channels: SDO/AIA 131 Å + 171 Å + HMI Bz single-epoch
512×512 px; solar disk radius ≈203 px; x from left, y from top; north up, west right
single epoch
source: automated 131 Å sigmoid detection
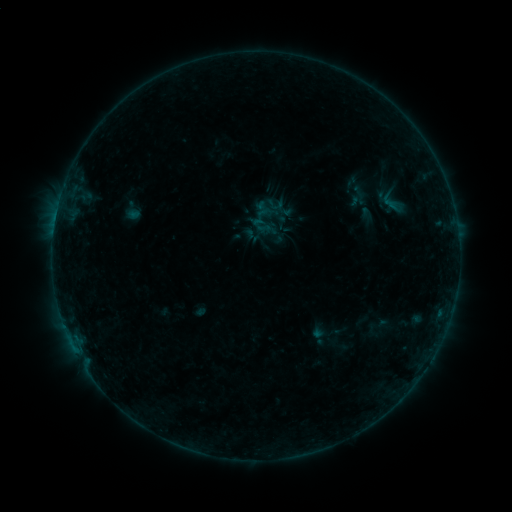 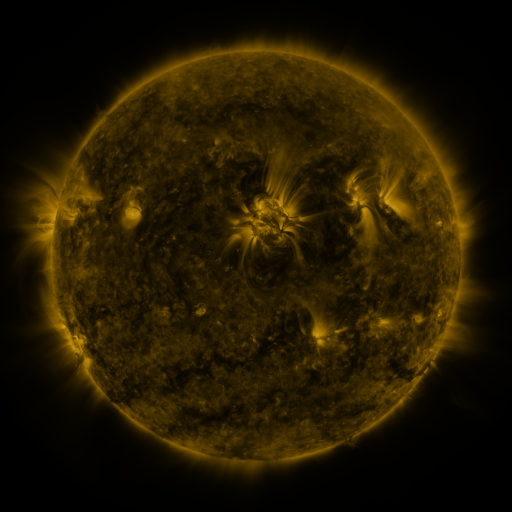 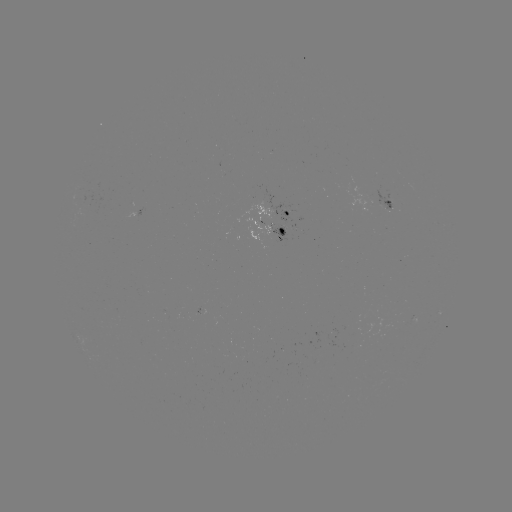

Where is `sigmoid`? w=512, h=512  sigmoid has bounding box [371, 186, 415, 217].